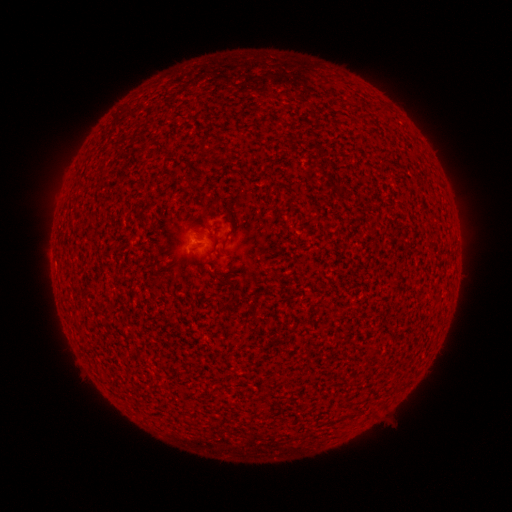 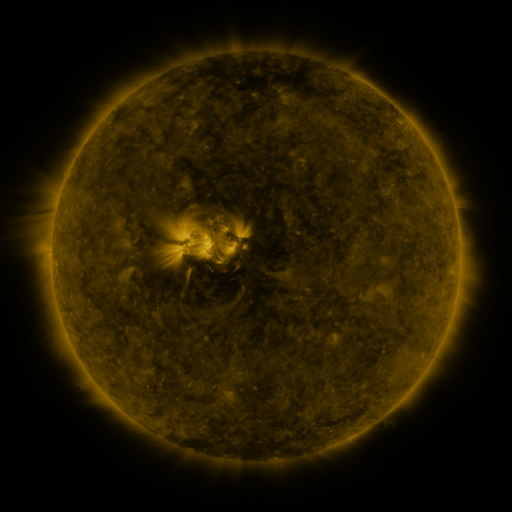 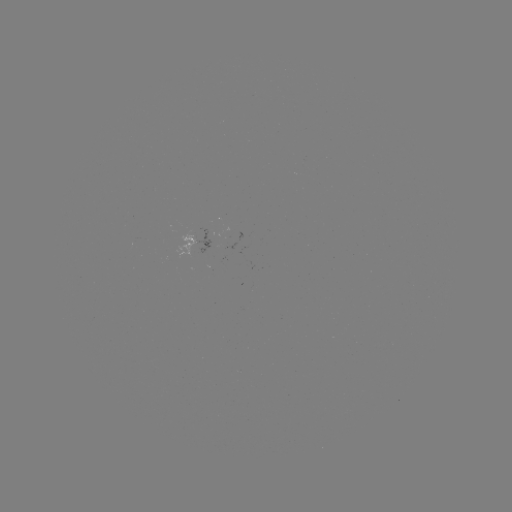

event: spotted active region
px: (203, 242)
